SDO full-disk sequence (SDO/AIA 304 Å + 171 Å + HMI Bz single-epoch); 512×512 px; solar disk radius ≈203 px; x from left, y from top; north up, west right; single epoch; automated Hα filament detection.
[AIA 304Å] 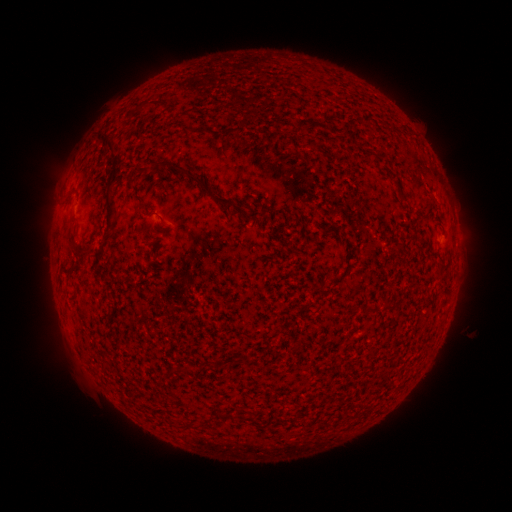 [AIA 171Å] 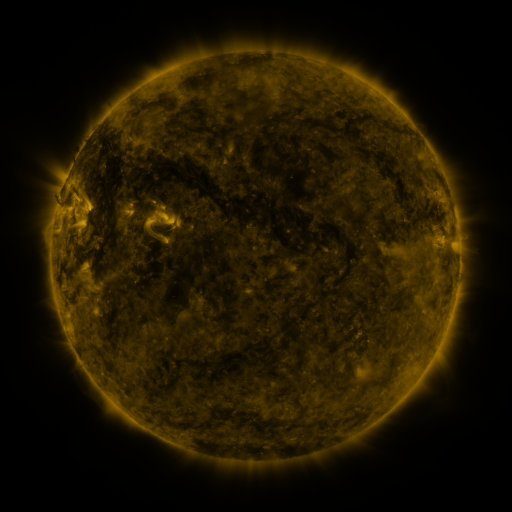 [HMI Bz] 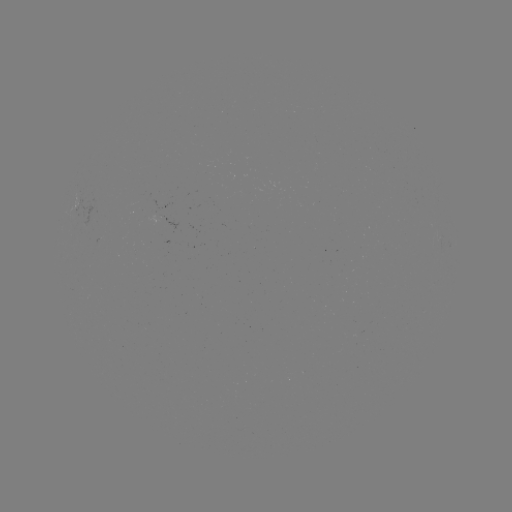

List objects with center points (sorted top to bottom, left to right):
filament: <bbox>153, 99, 163, 106</bbox>
filament: <bbox>139, 101, 147, 110</bbox>
filament: <bbox>97, 132, 122, 182</bbox>
filament: <bbox>159, 159, 170, 167</bbox>
filament: <bbox>173, 164, 235, 211</bbox>
filament: <bbox>105, 186, 117, 232</bbox>
filament: <bbox>67, 227, 77, 244</bbox>
filament: <bbox>382, 304, 393, 311</bbox>
filament: <bbox>168, 366, 179, 374</bbox>
filament: <bbox>233, 413, 258, 426</bbox>
